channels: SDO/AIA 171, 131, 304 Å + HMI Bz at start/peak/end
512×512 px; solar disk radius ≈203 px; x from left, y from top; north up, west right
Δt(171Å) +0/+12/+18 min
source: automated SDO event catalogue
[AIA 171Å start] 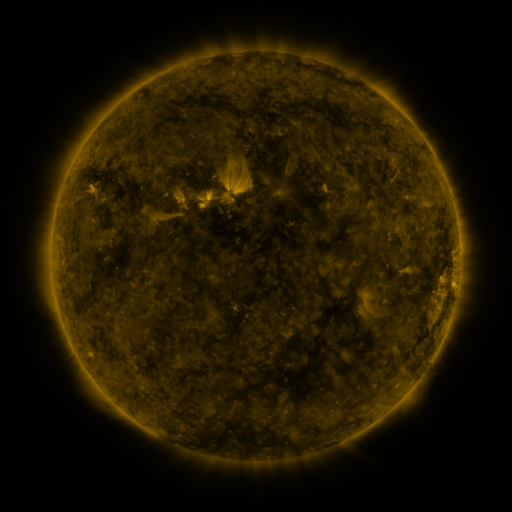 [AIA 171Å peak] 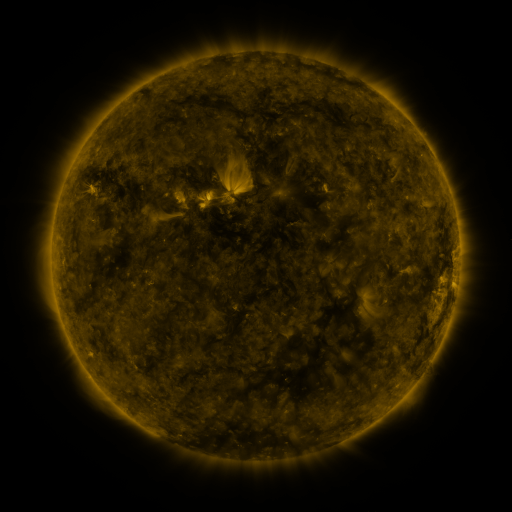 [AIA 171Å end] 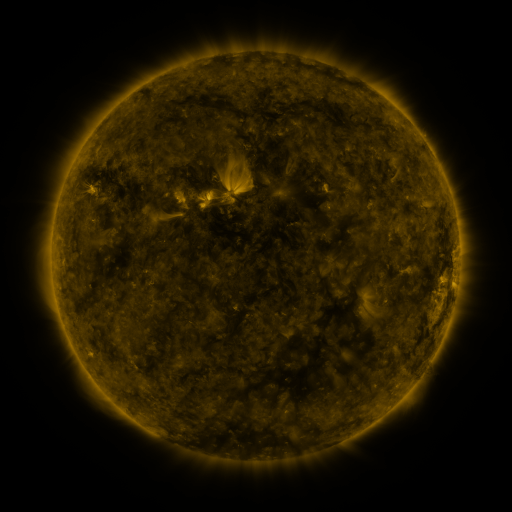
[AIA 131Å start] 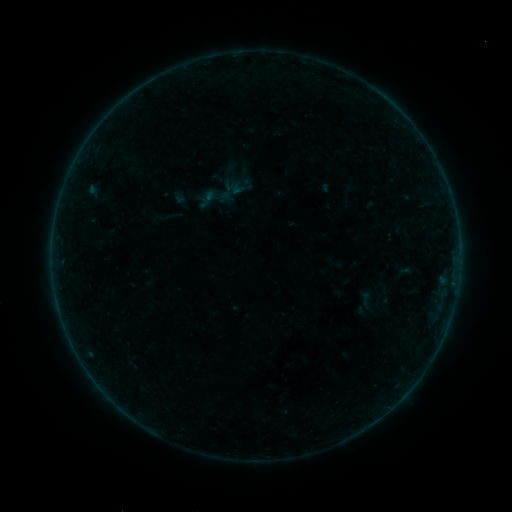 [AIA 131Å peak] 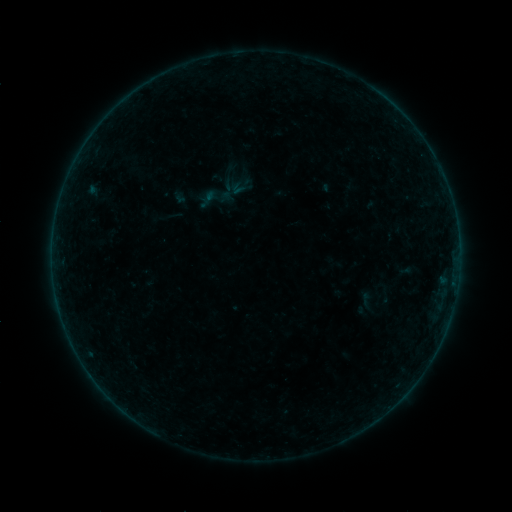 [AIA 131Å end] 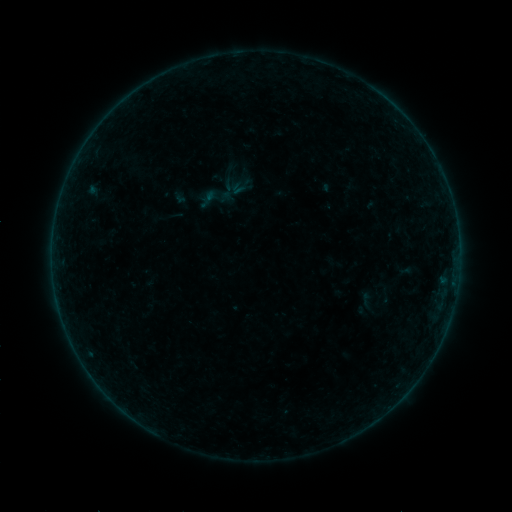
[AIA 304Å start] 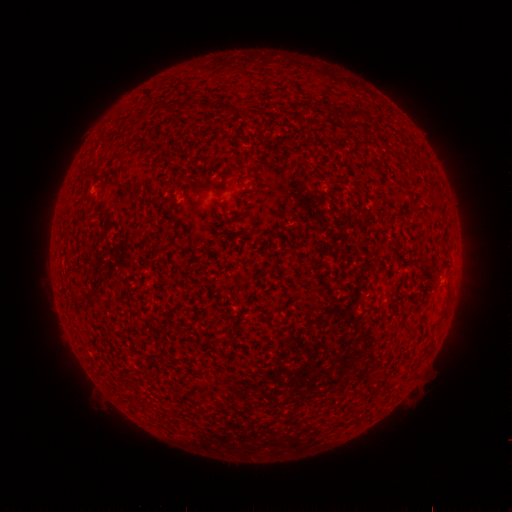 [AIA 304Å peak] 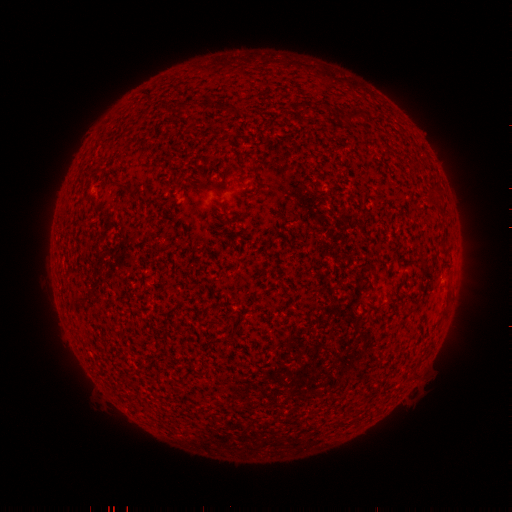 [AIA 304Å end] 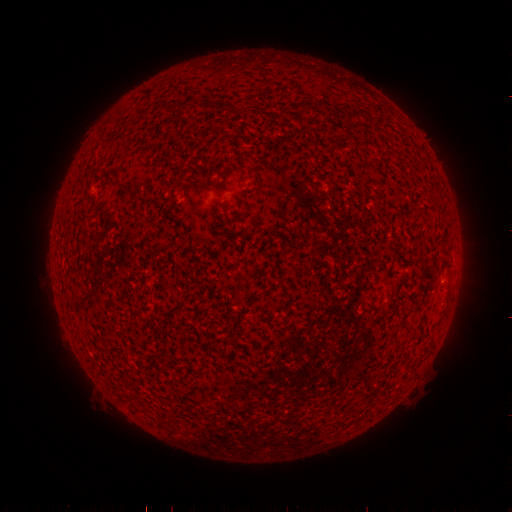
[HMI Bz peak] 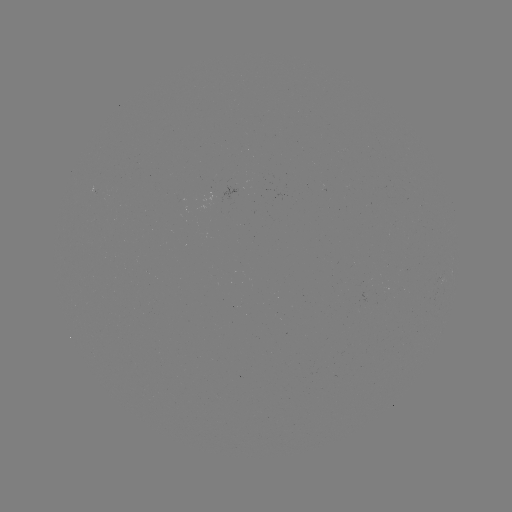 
no classed flare was catalogued and no EUV brightening was flagged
